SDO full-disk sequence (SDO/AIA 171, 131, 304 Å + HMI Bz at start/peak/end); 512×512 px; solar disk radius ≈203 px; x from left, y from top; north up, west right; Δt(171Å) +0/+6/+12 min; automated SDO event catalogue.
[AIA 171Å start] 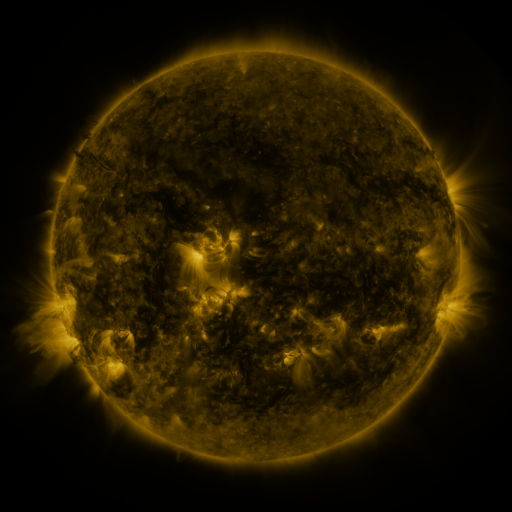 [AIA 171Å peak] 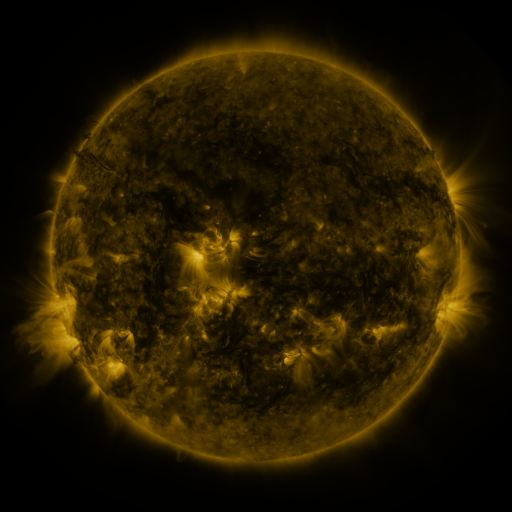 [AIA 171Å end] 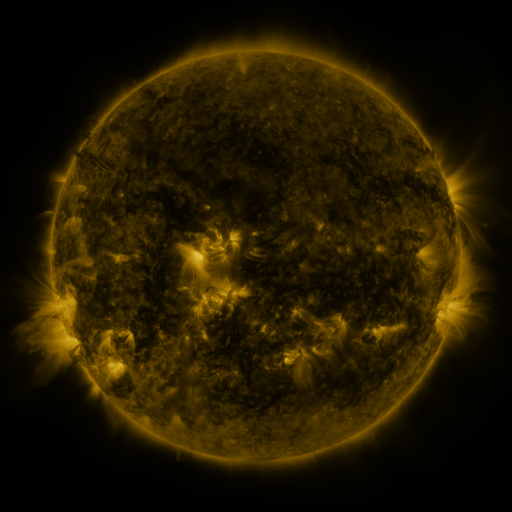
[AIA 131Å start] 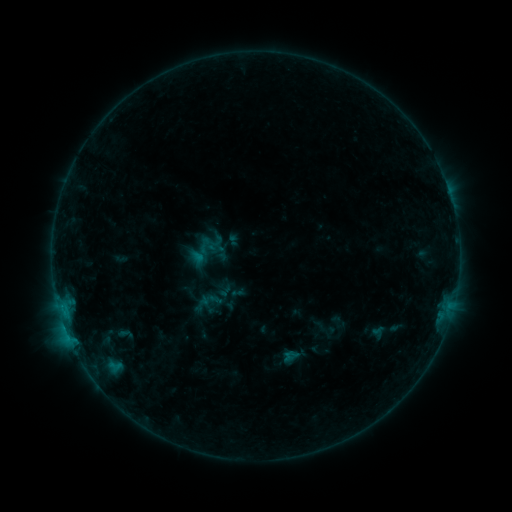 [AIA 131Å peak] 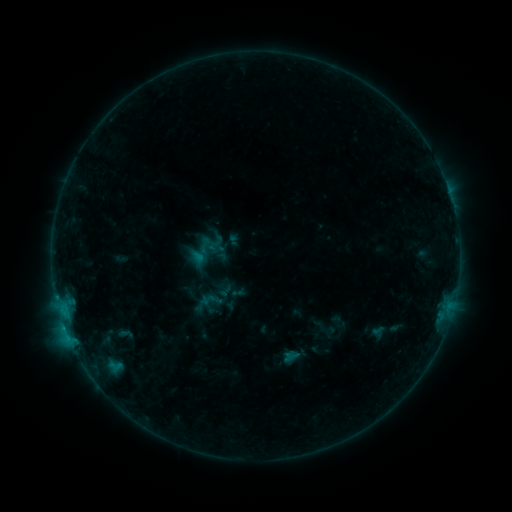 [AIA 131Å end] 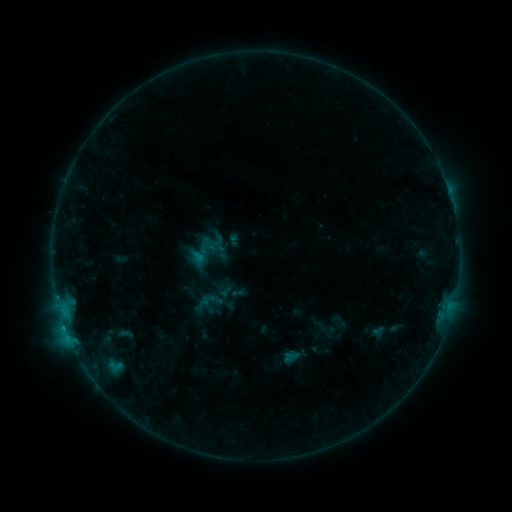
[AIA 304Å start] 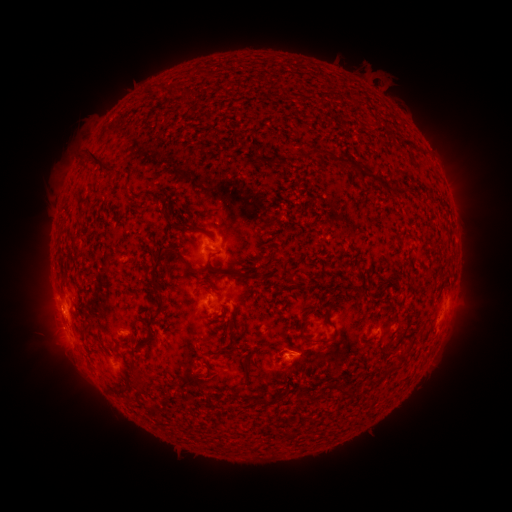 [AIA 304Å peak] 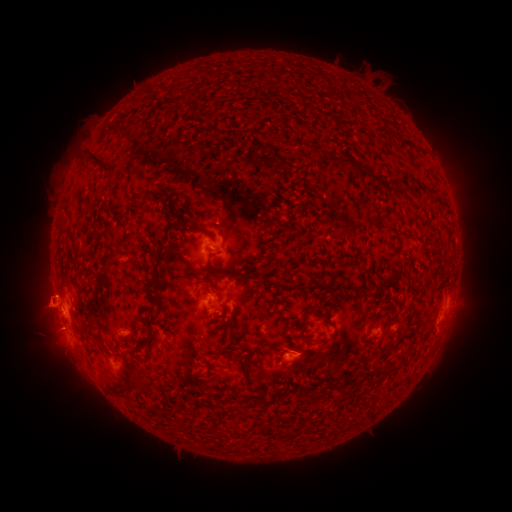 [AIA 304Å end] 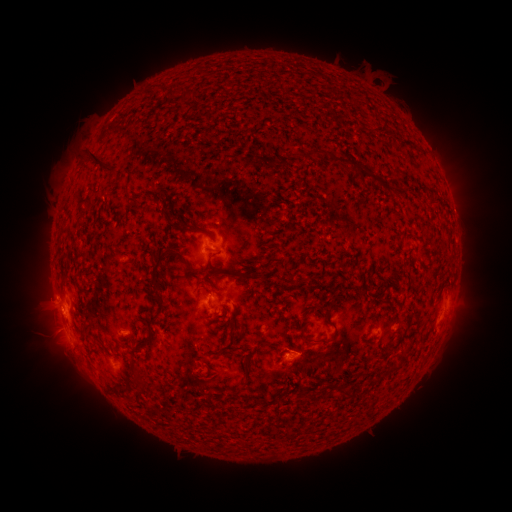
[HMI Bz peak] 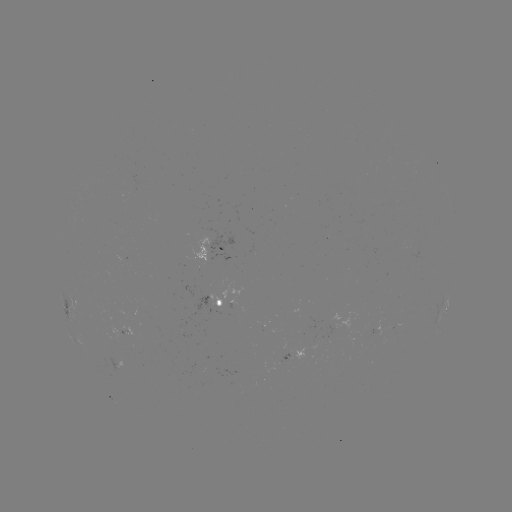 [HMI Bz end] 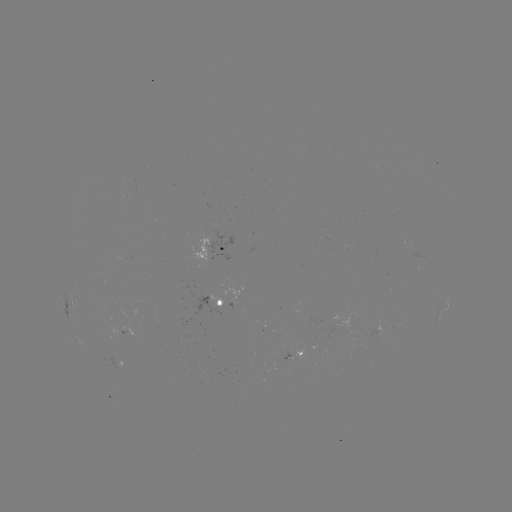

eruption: (13, 275, 70, 342)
